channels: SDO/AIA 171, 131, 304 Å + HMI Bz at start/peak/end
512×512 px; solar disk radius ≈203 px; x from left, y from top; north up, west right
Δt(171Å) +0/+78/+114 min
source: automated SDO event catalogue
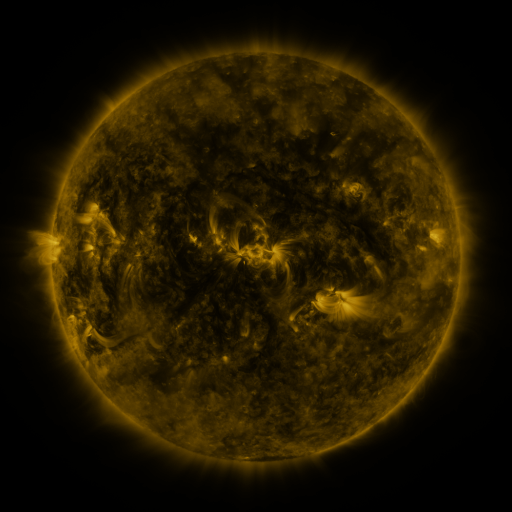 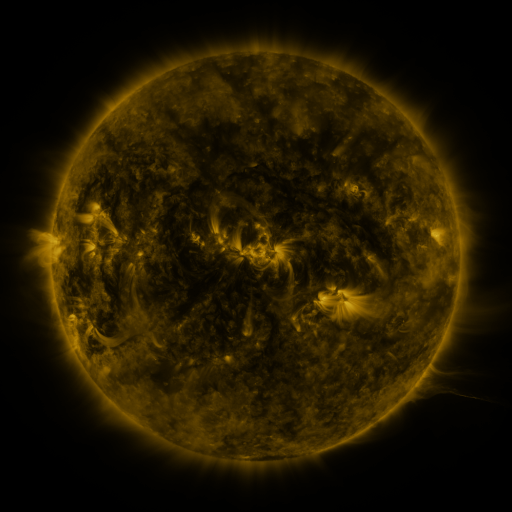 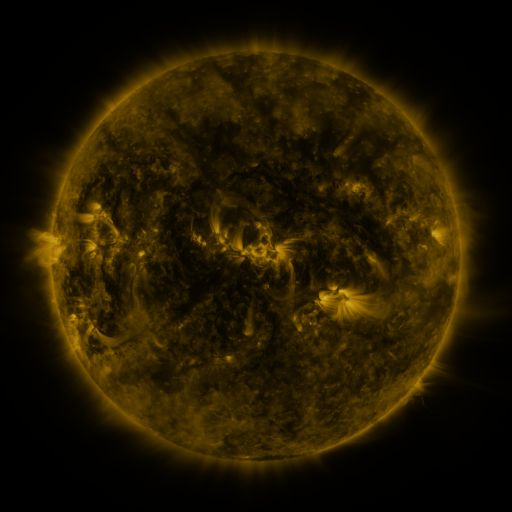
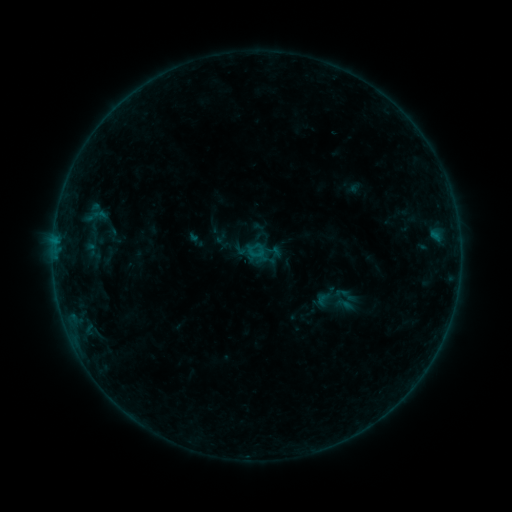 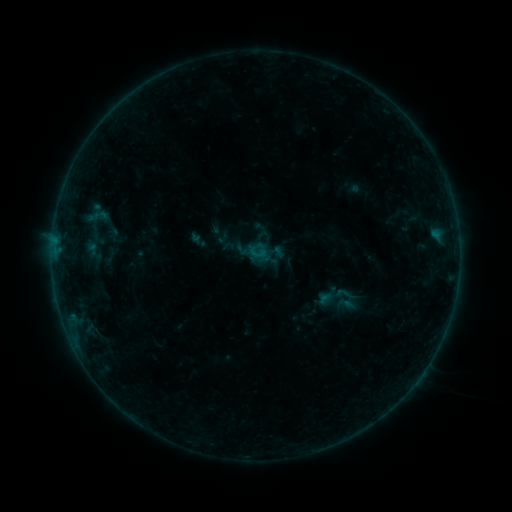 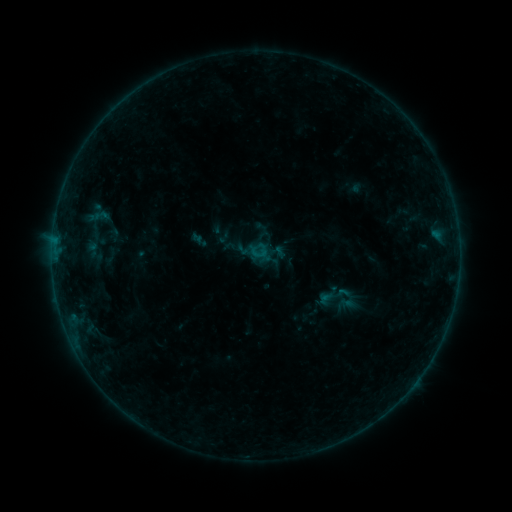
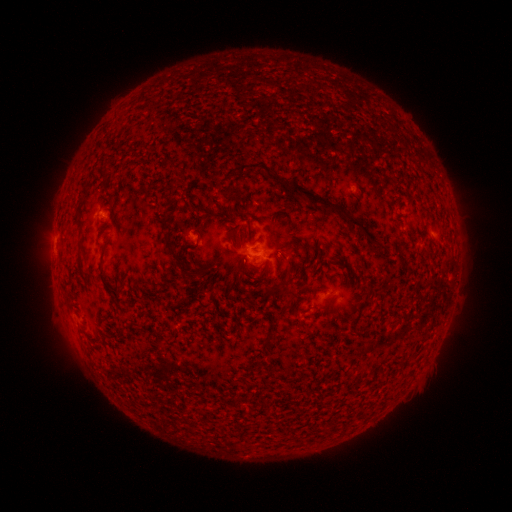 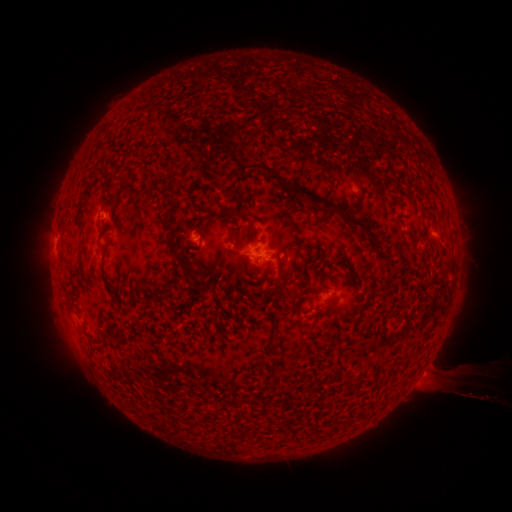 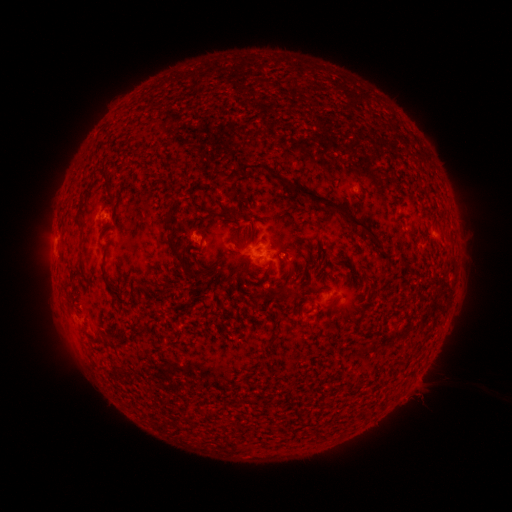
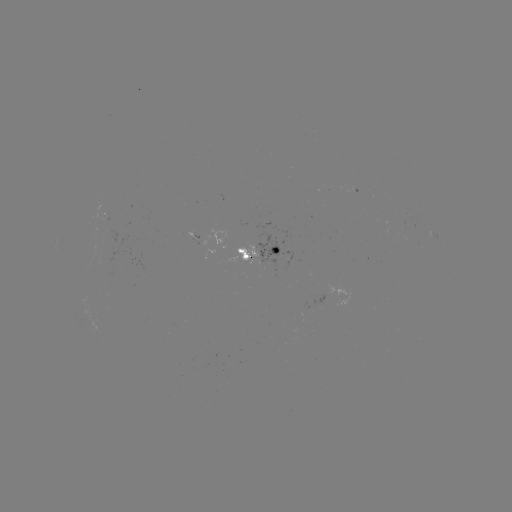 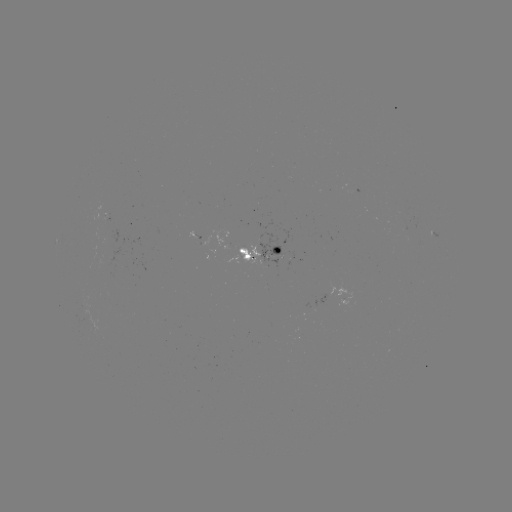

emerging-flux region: [194, 229, 227, 247]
